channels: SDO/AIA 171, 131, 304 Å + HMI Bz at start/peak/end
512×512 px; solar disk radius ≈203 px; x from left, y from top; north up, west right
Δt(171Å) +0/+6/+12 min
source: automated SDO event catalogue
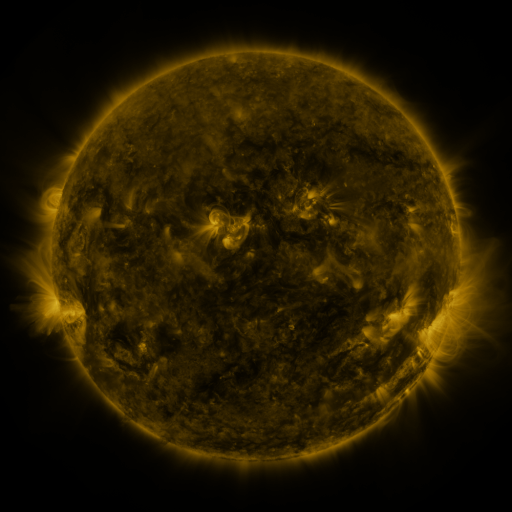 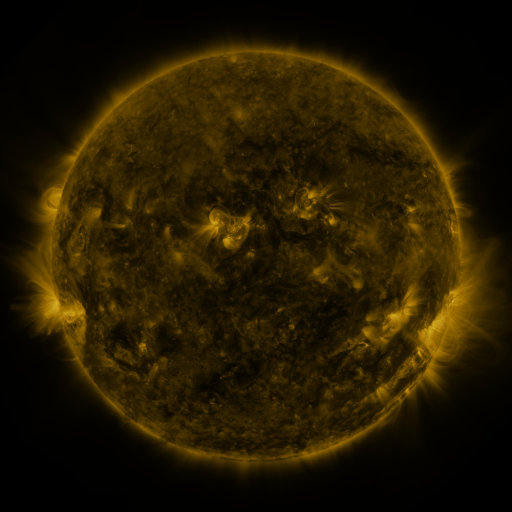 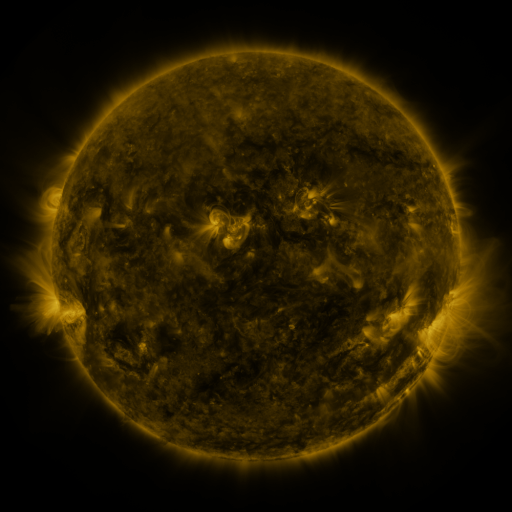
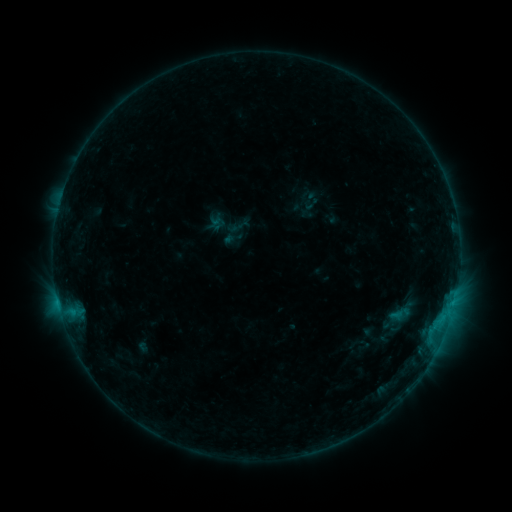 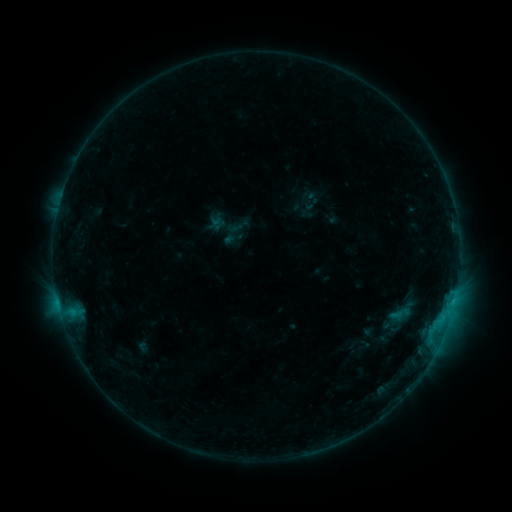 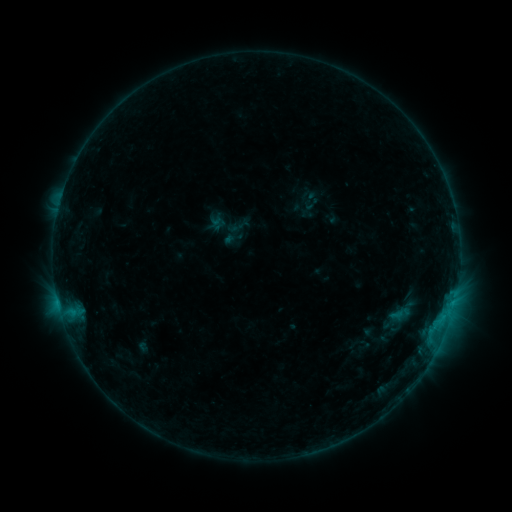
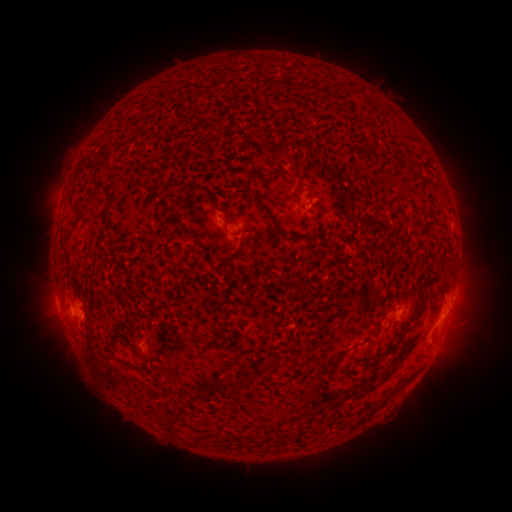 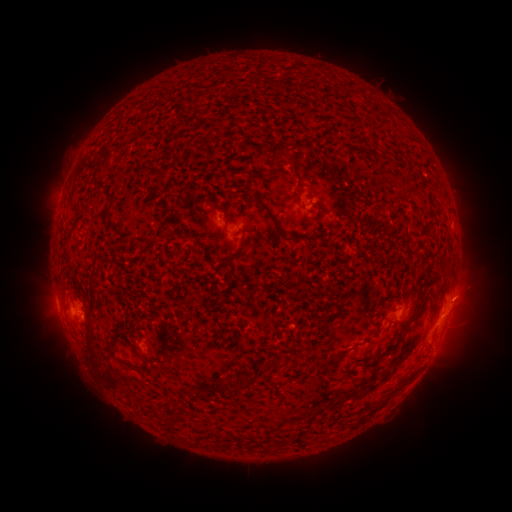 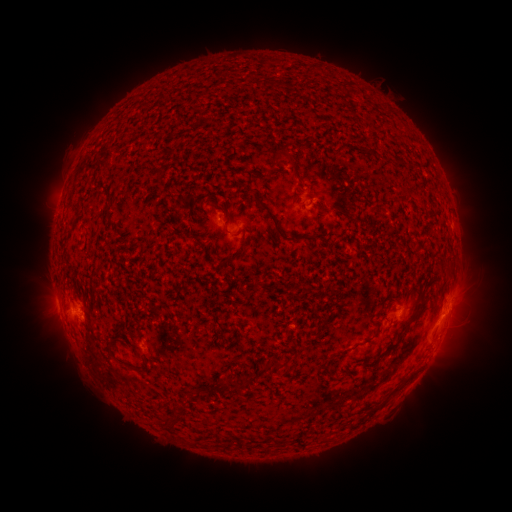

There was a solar eruption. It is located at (466, 294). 